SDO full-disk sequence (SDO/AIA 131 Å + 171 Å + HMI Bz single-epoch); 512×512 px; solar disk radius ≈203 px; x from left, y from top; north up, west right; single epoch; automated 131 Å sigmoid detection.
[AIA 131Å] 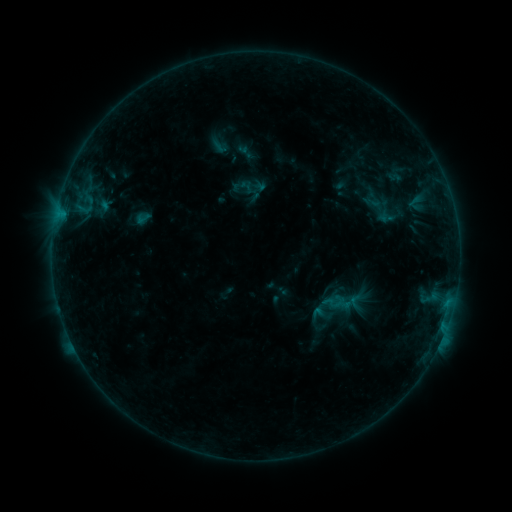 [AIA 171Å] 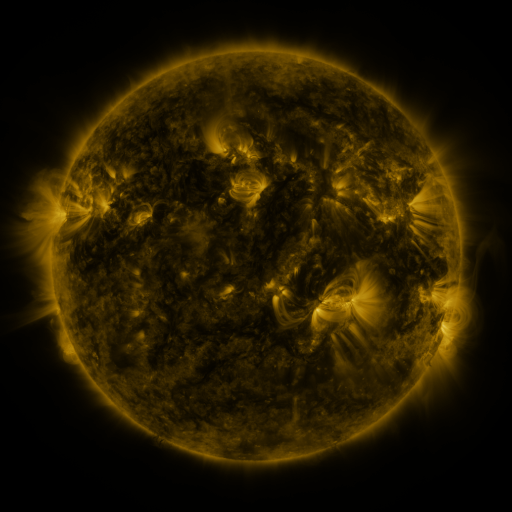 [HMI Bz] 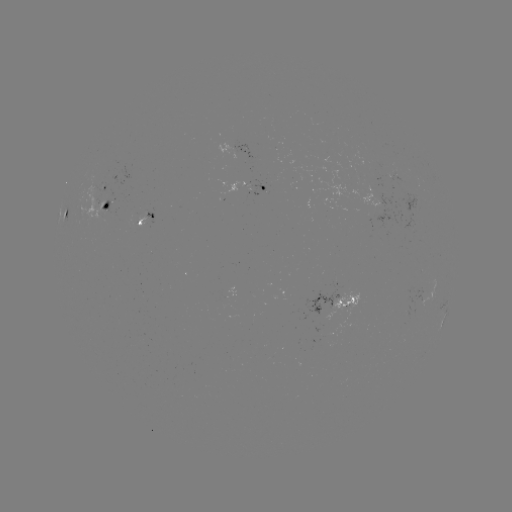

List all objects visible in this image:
sigmoid: (247, 186)
sigmoid: (143, 218)
